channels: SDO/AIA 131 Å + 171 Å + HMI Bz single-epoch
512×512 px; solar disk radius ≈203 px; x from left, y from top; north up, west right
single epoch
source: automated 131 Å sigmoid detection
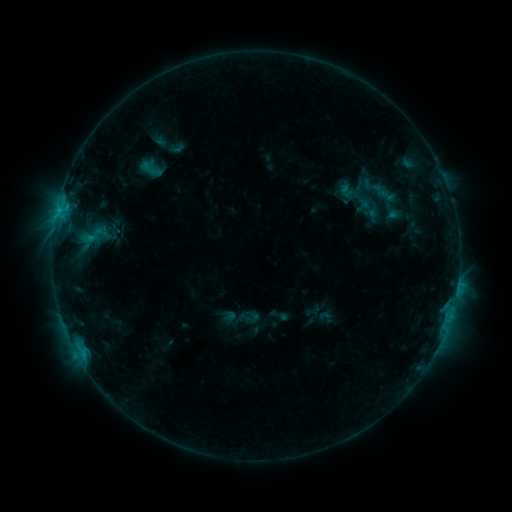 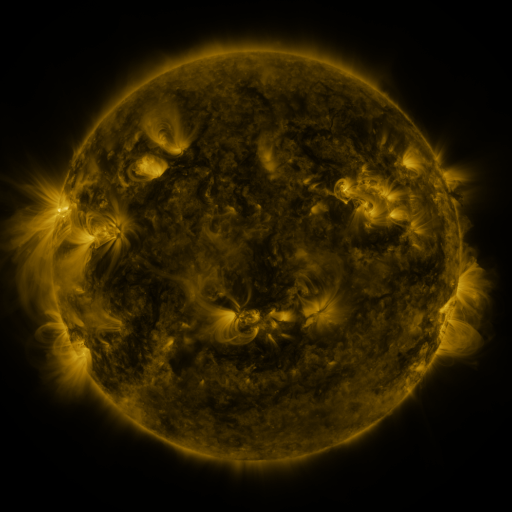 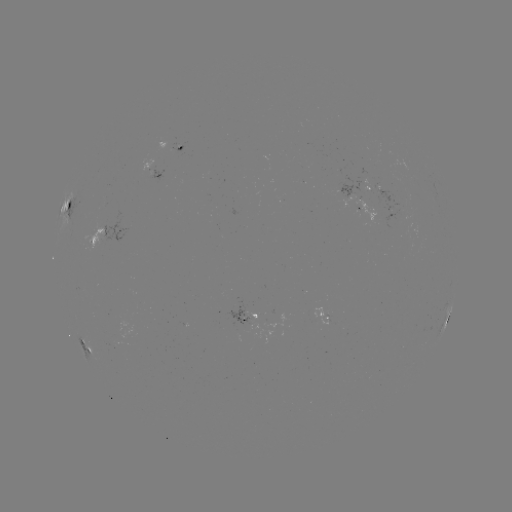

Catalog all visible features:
sigmoid: (92, 236)
